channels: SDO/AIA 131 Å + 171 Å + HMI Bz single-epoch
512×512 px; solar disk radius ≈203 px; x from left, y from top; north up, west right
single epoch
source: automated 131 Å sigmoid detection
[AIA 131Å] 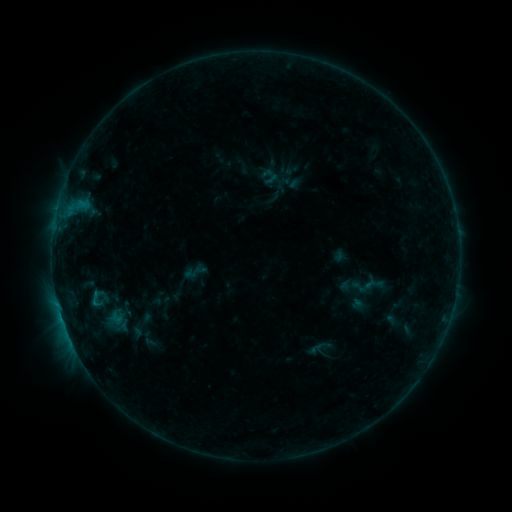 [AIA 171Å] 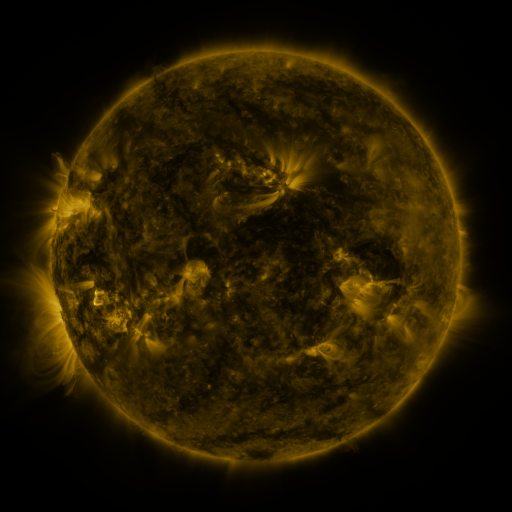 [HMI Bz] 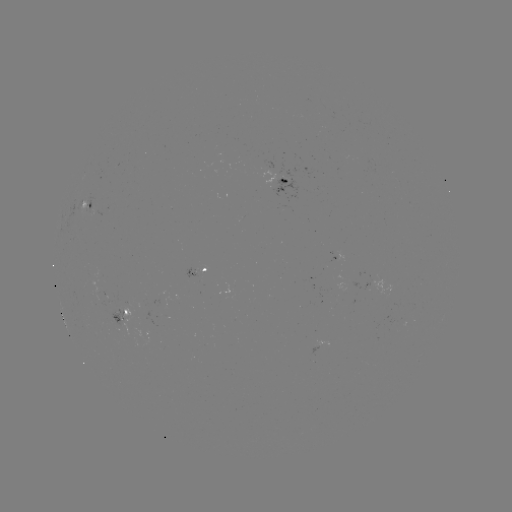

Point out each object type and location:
sigmoid: (195, 271)
